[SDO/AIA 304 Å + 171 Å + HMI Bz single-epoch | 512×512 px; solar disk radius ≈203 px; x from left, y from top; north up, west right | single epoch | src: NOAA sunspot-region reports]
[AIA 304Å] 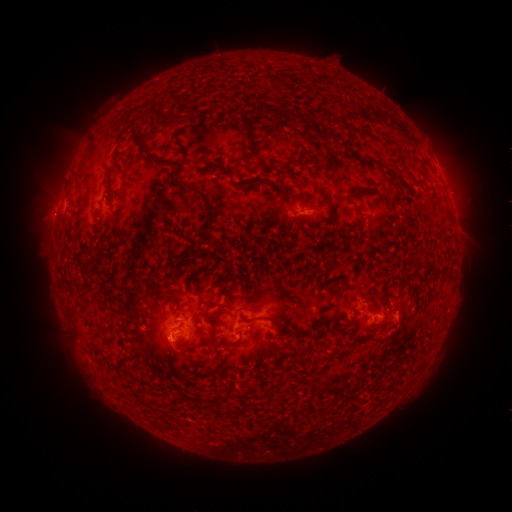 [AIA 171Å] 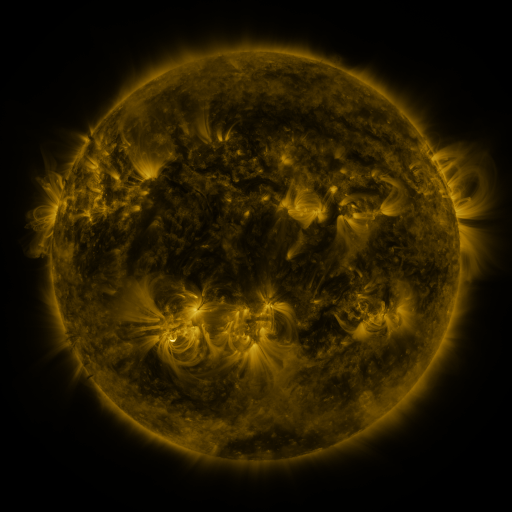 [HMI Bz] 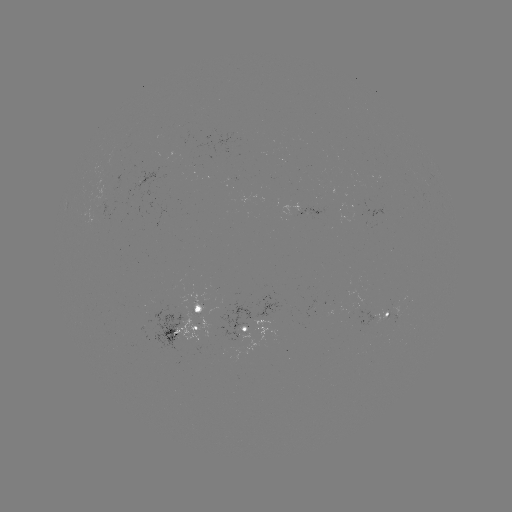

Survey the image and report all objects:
spotted active region: (390, 311)
spotted active region: (200, 322)
spotted active region: (249, 328)
